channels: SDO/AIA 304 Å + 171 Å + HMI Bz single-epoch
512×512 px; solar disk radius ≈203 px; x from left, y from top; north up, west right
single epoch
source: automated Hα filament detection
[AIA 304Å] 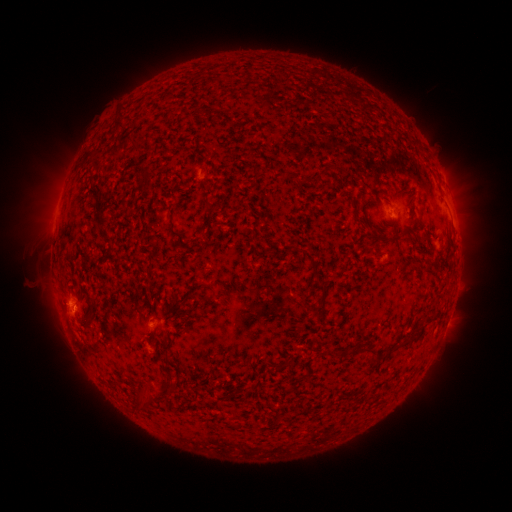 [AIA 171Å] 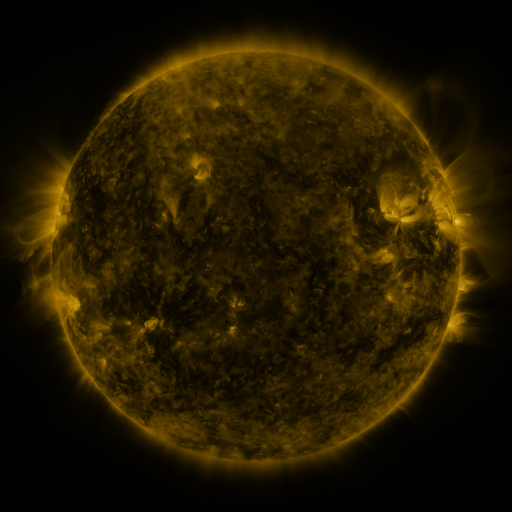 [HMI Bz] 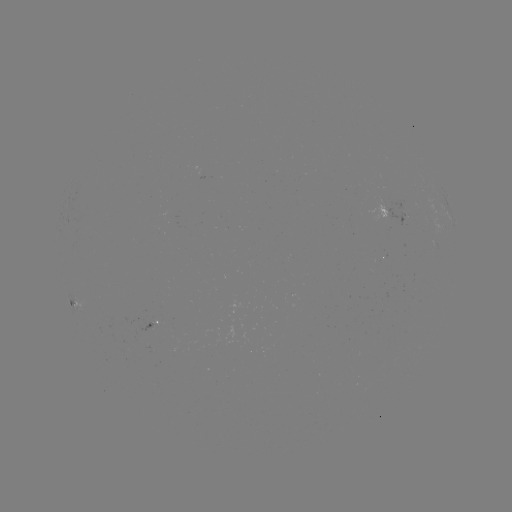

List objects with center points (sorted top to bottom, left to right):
filament: (111, 113, 124, 132)
filament: (110, 138, 132, 161)
filament: (89, 155, 102, 171)
filament: (313, 163, 332, 180)
filament: (95, 202, 105, 226)
filament: (166, 207, 181, 239)
filament: (420, 231, 428, 242)
filament: (100, 232, 114, 254)
filament: (310, 281, 326, 313)
filament: (87, 302, 95, 322)
filament: (162, 338, 171, 347)
filament: (368, 345, 379, 362)
filament: (272, 358, 293, 370)
filament: (157, 387, 175, 398)
filament: (136, 390, 150, 411)
